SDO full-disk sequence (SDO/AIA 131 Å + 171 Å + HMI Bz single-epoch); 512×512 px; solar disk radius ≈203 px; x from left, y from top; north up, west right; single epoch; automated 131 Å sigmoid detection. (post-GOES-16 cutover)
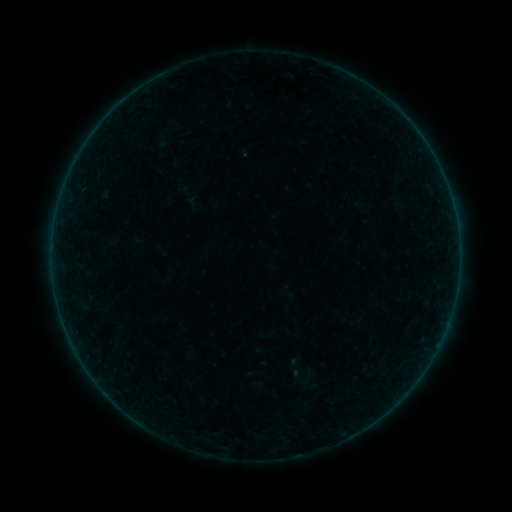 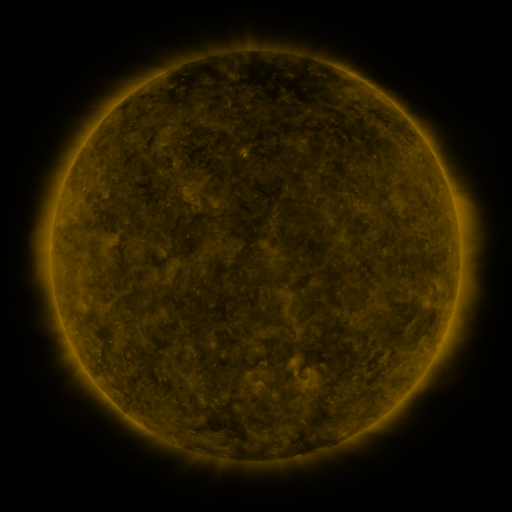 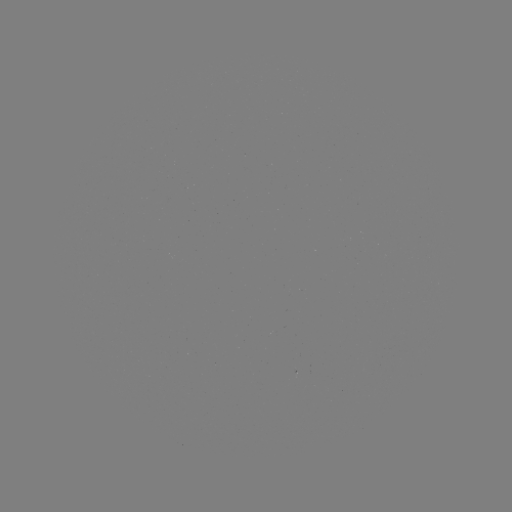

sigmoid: [298, 368, 316, 386]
